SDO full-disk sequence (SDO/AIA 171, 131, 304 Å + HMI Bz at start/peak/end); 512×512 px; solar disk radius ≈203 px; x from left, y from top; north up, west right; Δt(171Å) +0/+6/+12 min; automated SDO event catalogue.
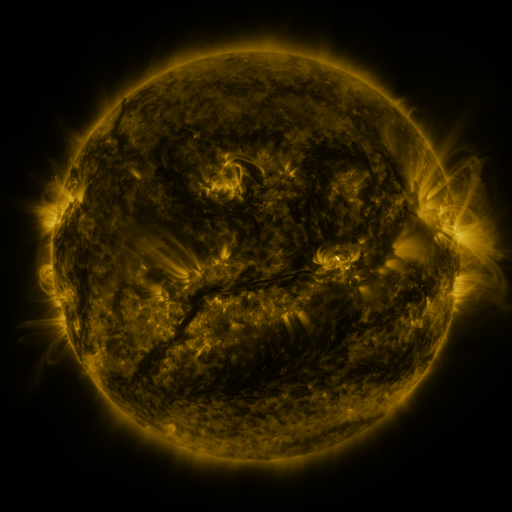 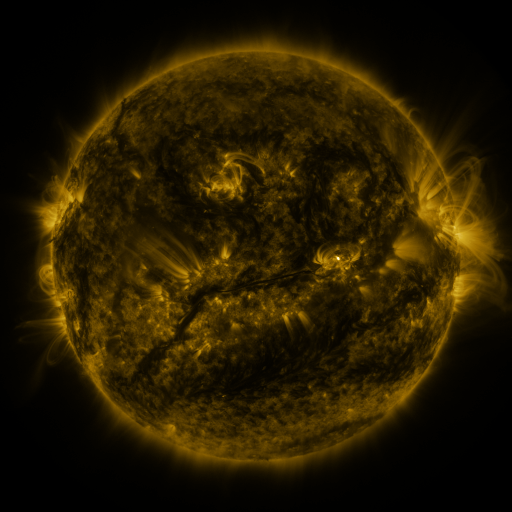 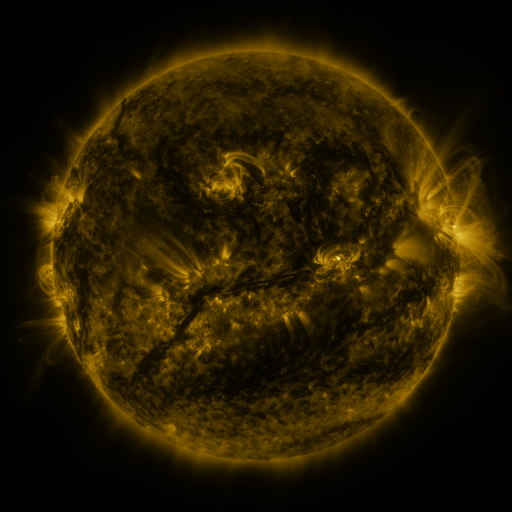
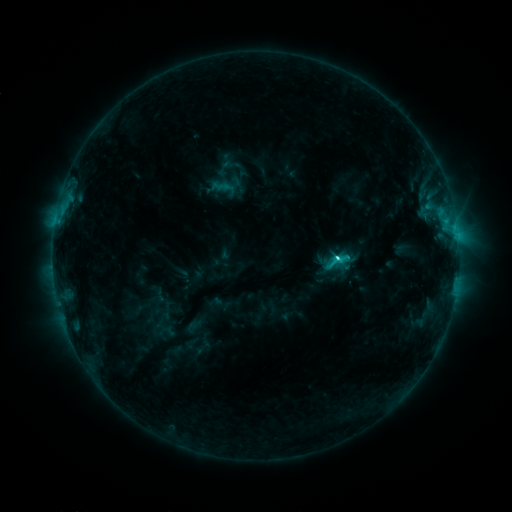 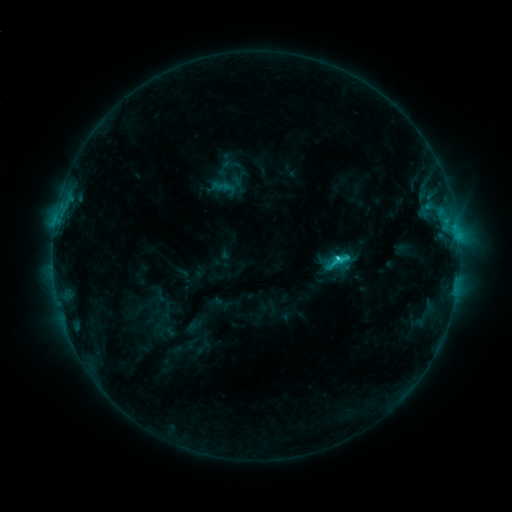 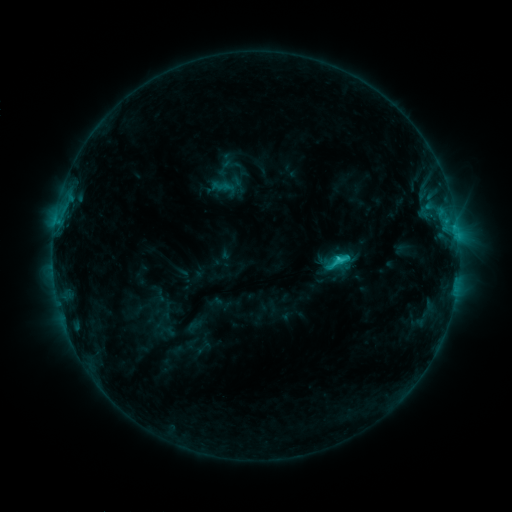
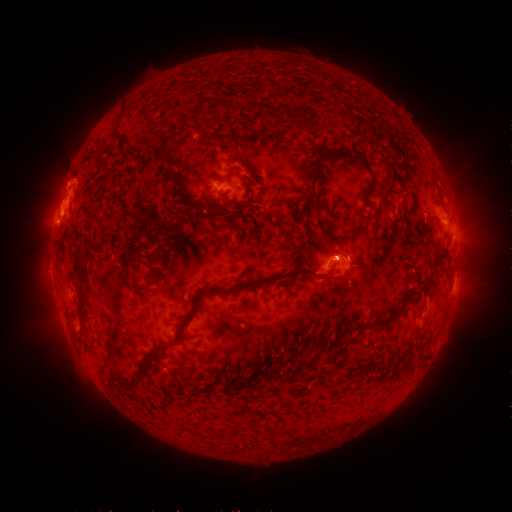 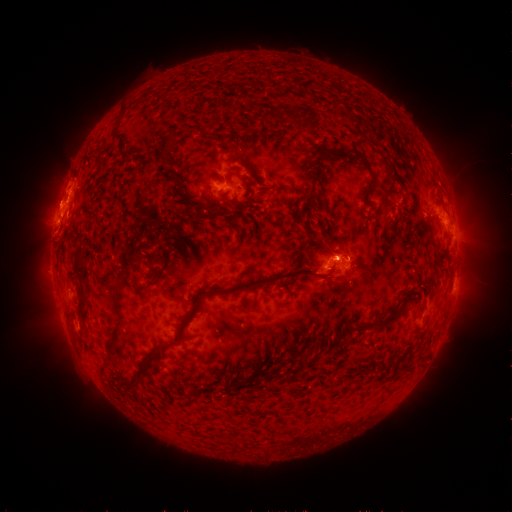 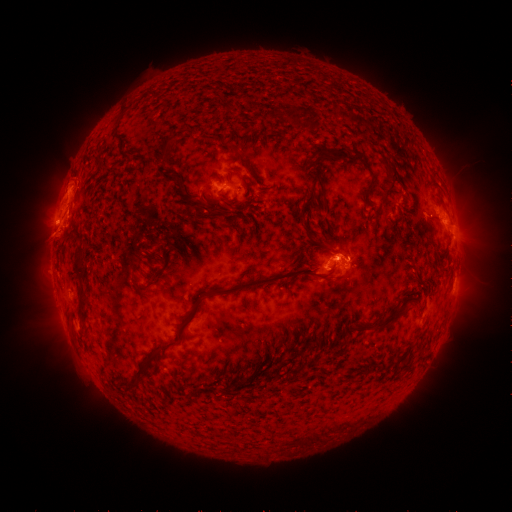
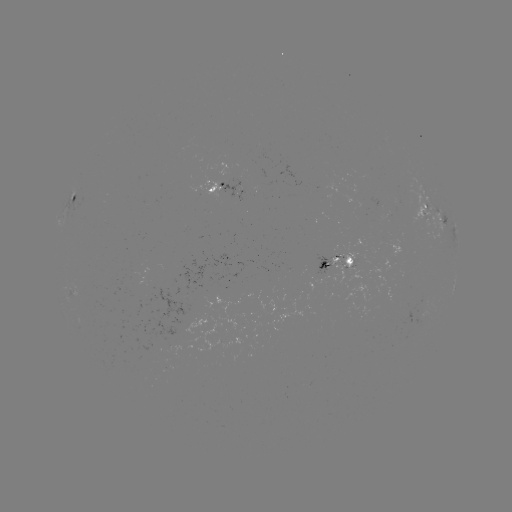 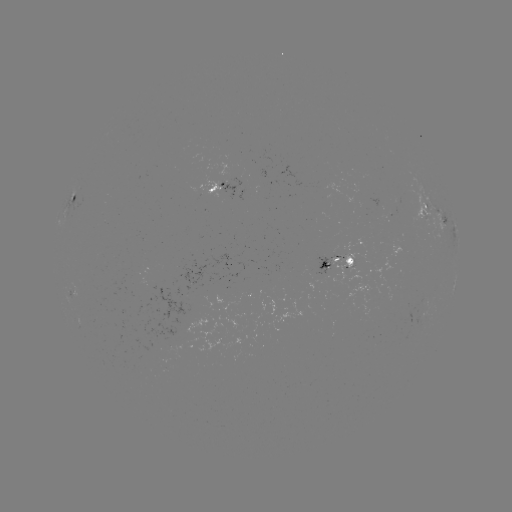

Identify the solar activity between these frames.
eruption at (57, 243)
